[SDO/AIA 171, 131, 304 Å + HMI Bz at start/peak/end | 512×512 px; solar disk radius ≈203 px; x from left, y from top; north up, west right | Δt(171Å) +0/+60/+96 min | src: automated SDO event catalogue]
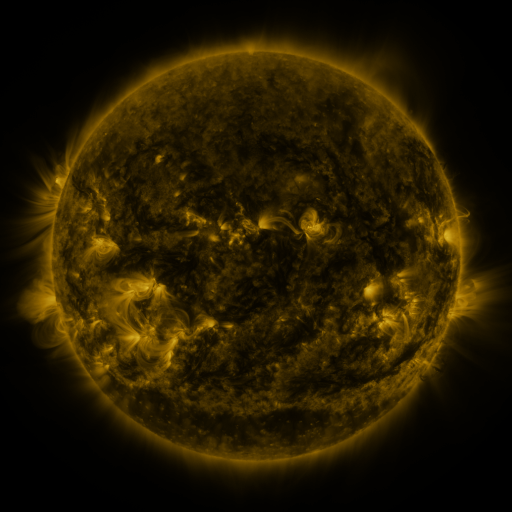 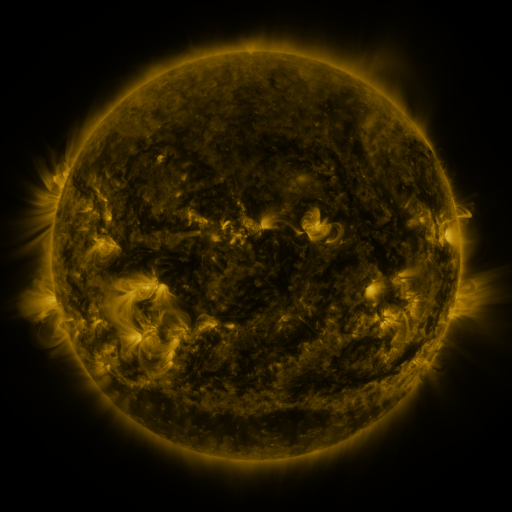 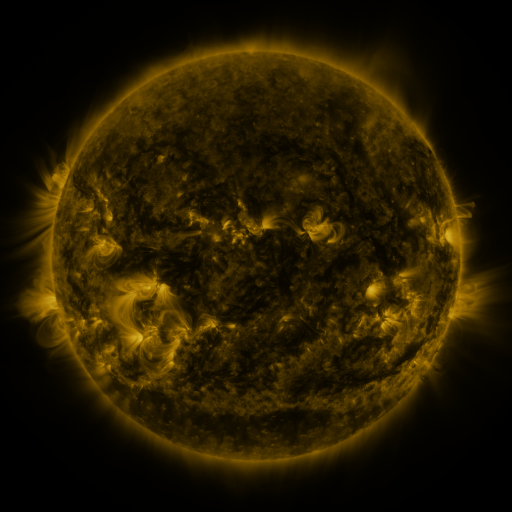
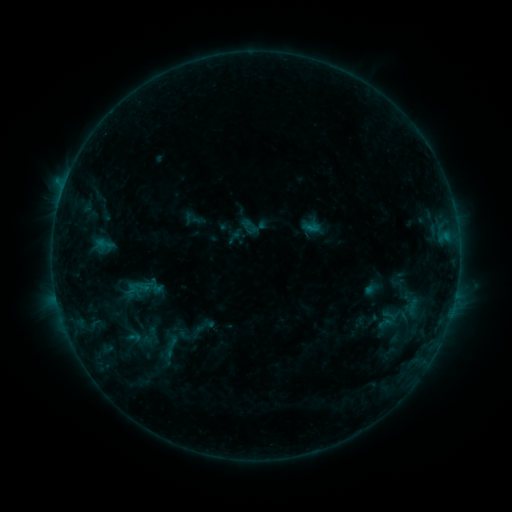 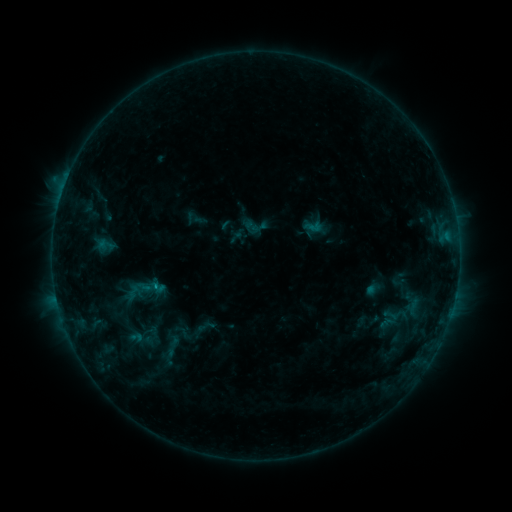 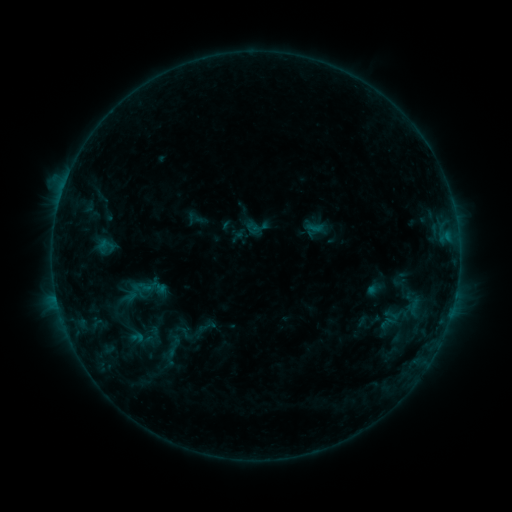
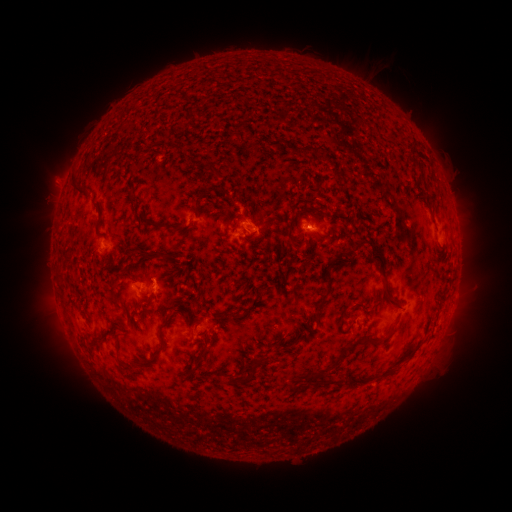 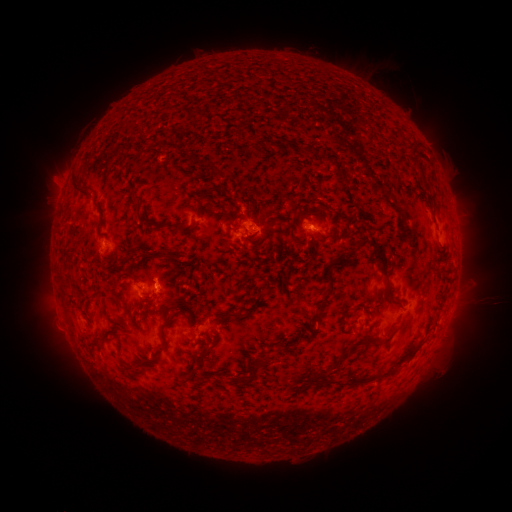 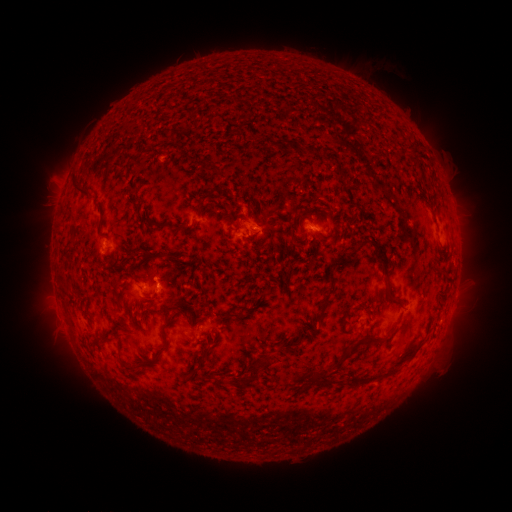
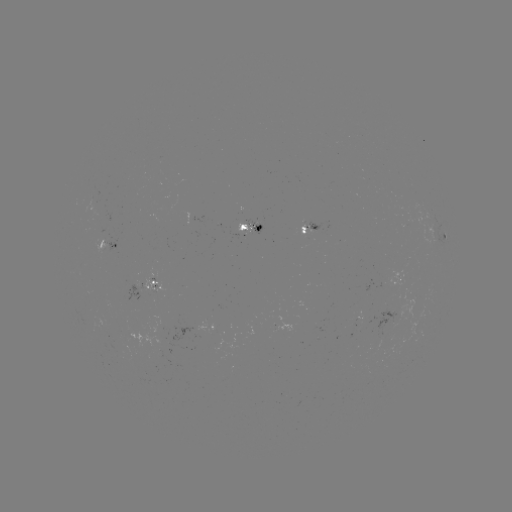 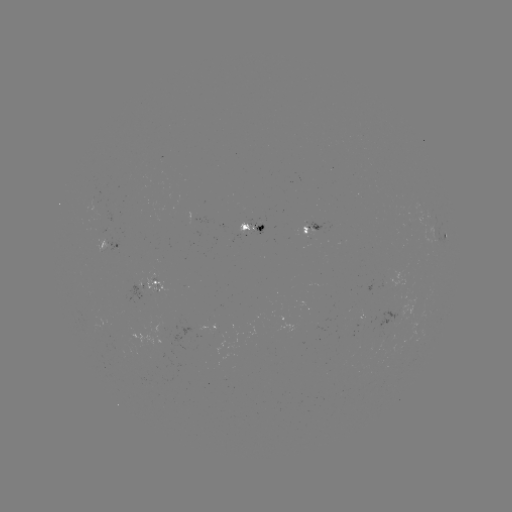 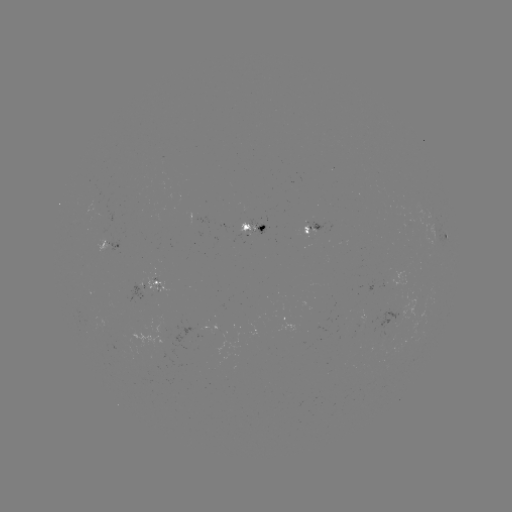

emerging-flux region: <bbox>288, 229, 297, 240</bbox>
